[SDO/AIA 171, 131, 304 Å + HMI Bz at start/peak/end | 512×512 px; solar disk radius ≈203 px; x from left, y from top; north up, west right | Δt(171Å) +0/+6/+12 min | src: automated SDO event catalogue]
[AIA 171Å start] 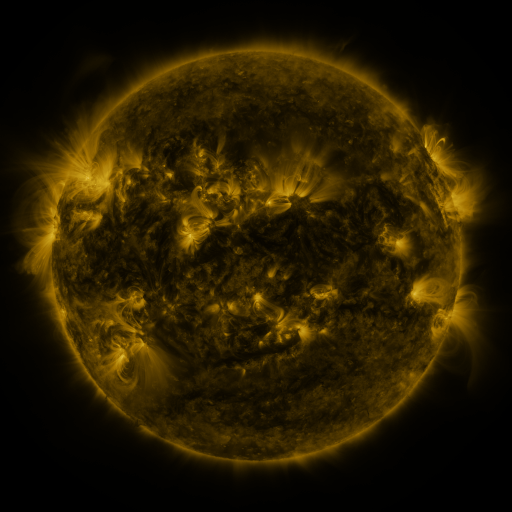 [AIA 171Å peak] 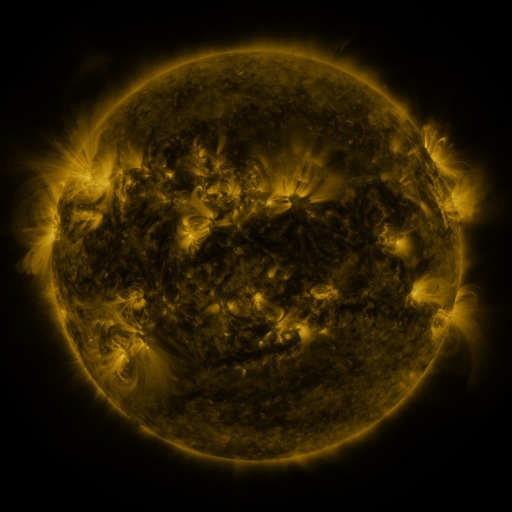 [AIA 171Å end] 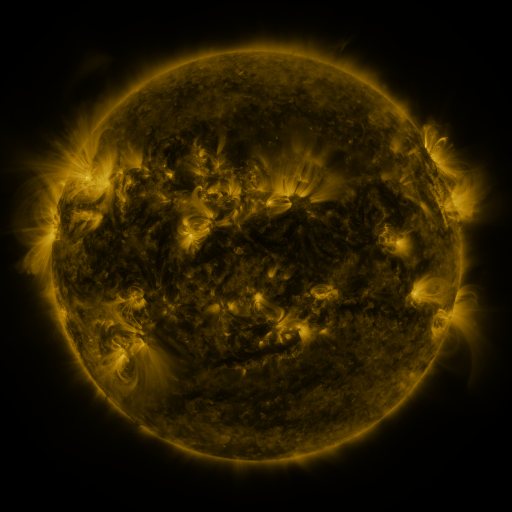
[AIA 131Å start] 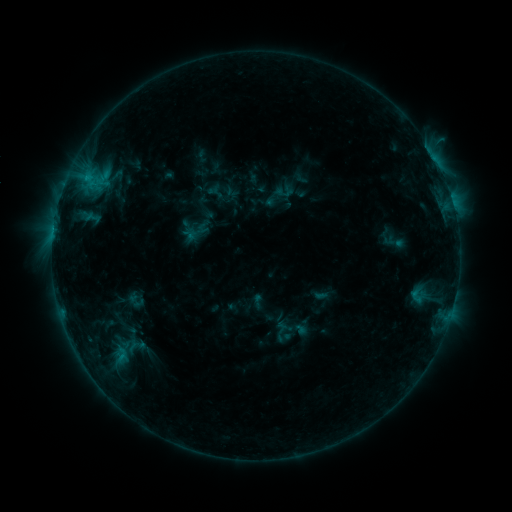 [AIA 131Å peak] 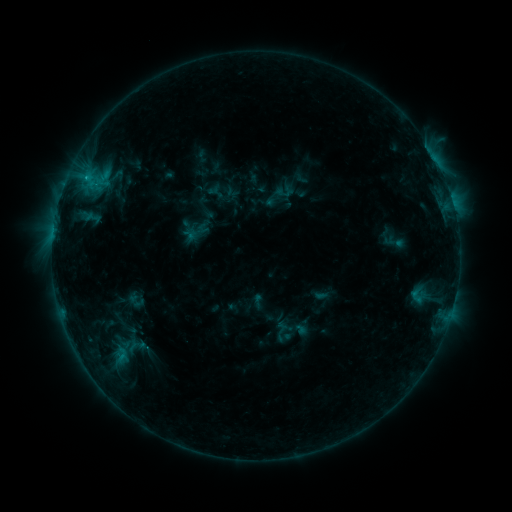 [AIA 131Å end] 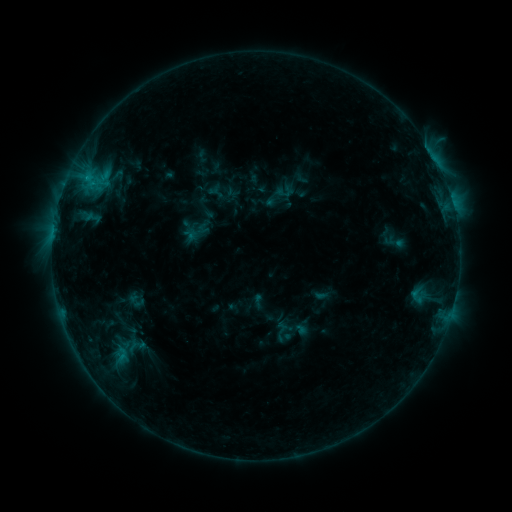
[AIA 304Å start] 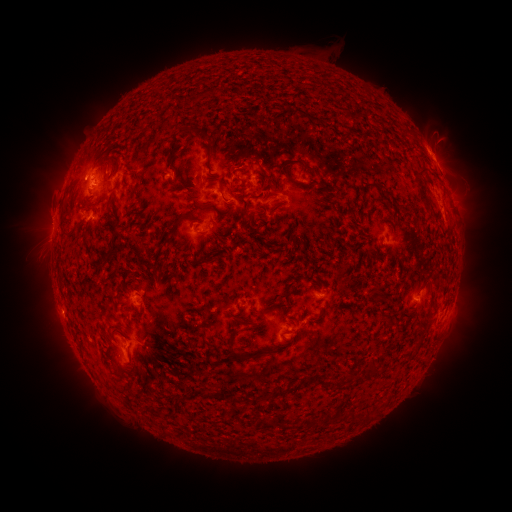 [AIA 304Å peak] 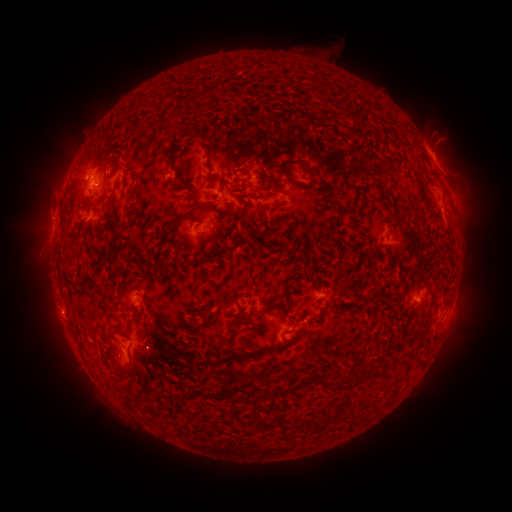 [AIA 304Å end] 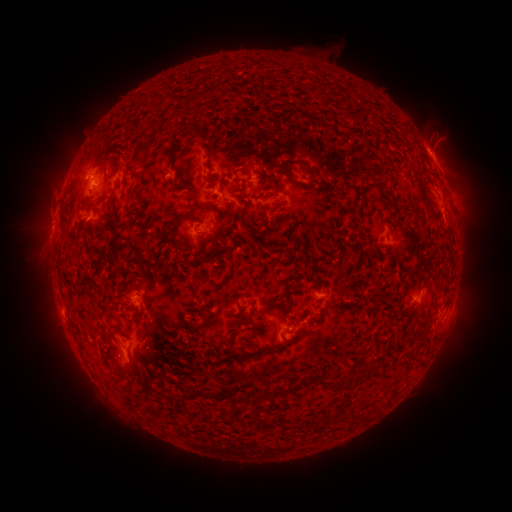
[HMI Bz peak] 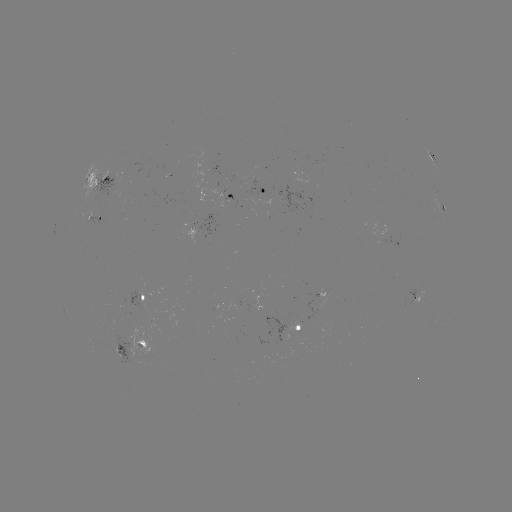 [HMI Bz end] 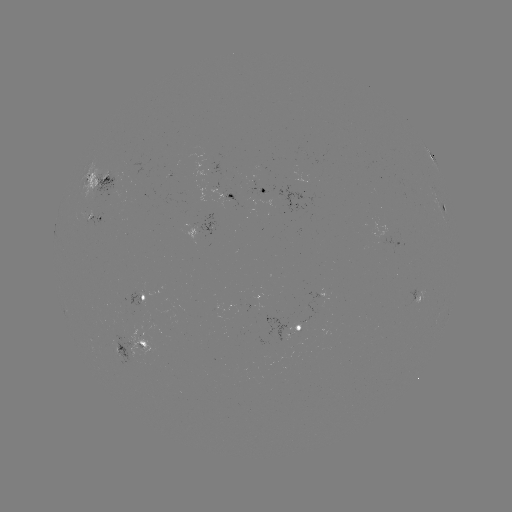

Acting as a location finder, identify eruption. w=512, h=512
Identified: [47, 216].